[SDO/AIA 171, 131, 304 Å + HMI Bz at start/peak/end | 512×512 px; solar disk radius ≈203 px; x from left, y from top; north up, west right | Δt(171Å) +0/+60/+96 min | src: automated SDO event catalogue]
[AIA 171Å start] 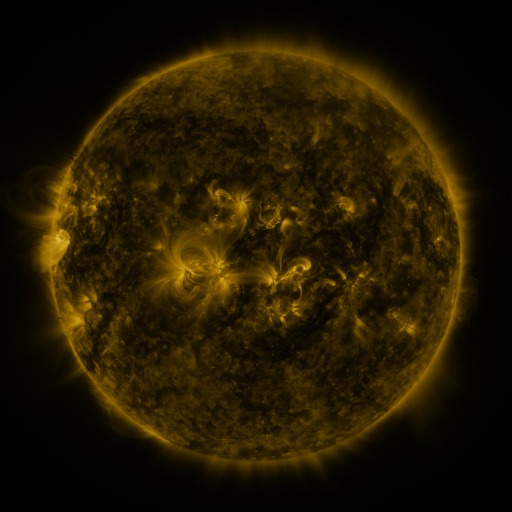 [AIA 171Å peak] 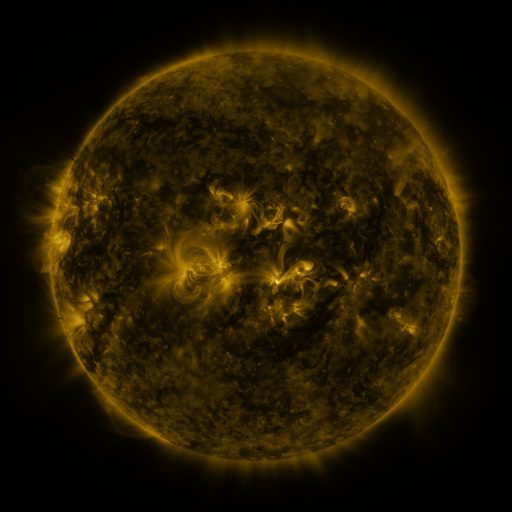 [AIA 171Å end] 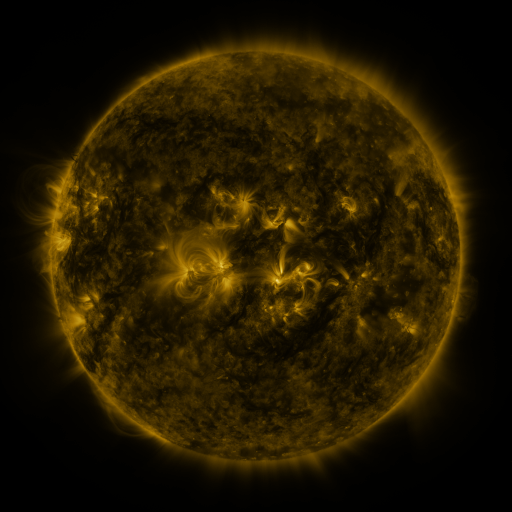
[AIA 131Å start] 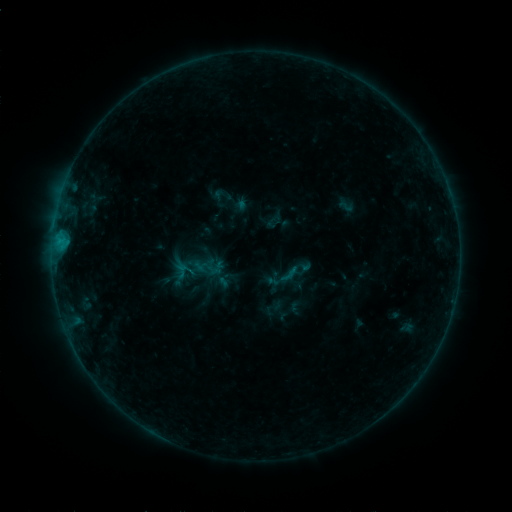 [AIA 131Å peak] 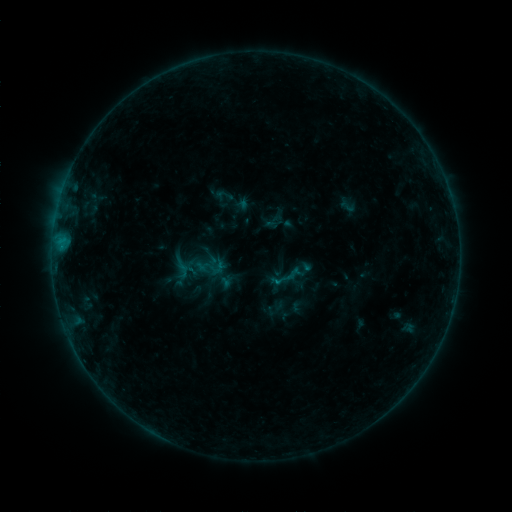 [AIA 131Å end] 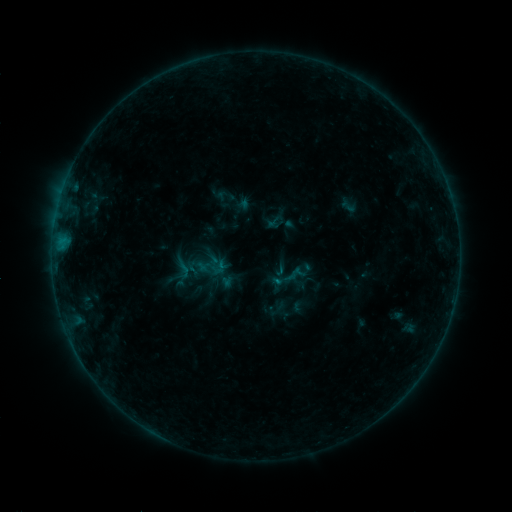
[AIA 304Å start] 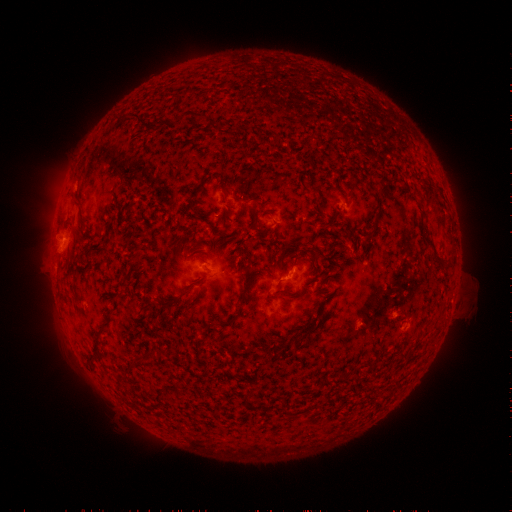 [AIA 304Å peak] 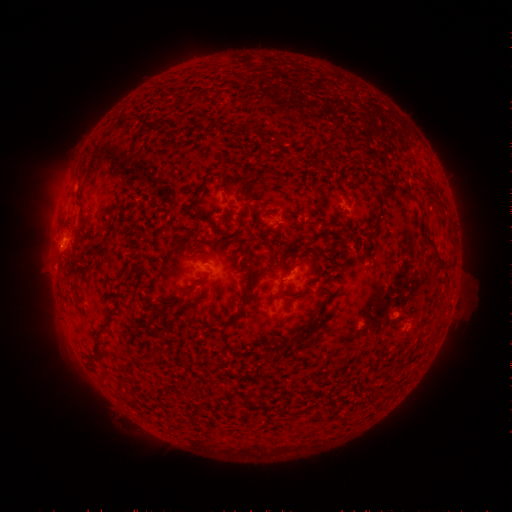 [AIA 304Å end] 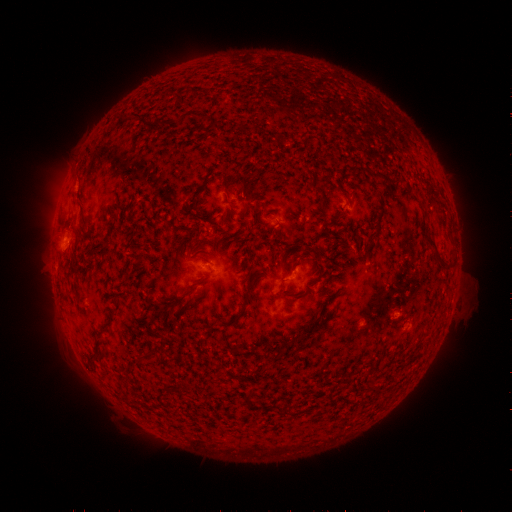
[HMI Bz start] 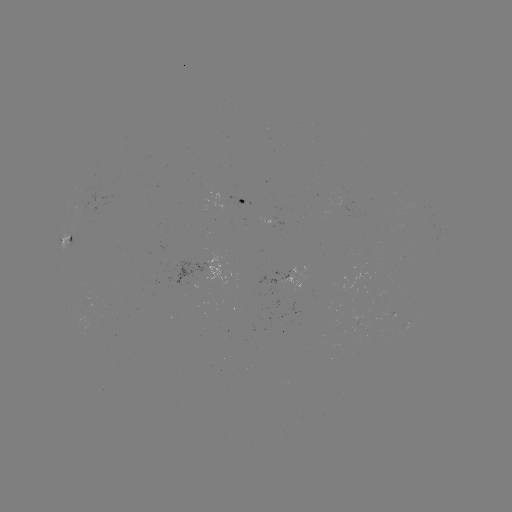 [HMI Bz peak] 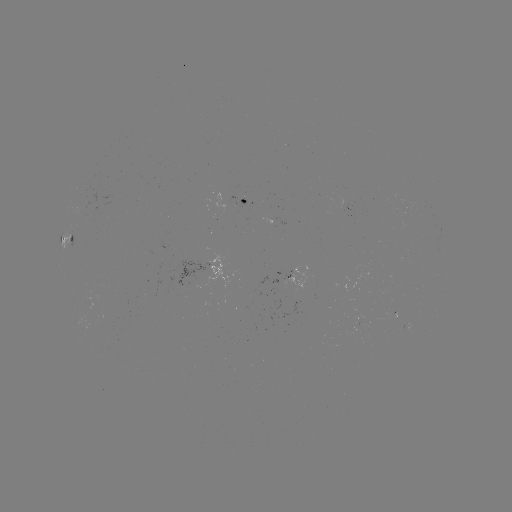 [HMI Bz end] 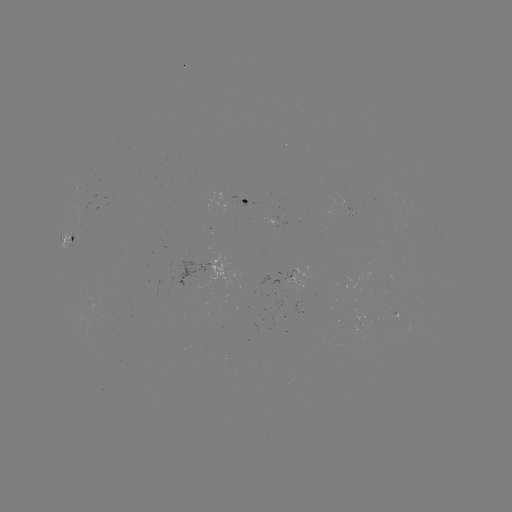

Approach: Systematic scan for emerging-flux region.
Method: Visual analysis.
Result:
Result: emerging-flux region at [362, 275].